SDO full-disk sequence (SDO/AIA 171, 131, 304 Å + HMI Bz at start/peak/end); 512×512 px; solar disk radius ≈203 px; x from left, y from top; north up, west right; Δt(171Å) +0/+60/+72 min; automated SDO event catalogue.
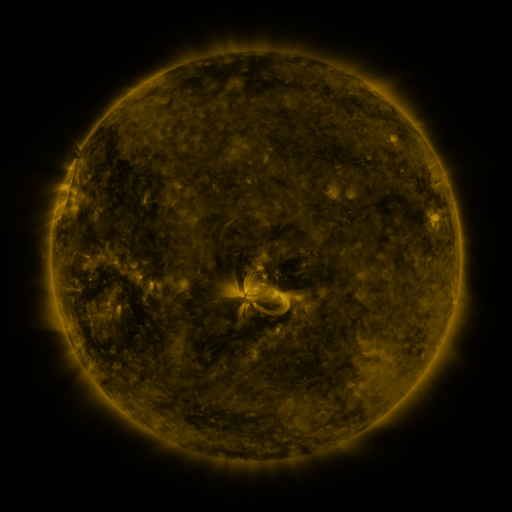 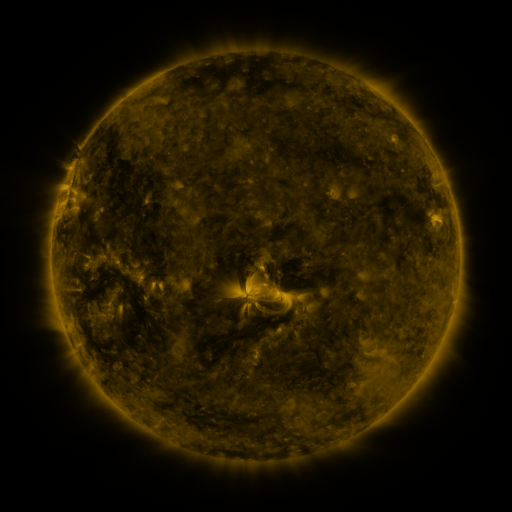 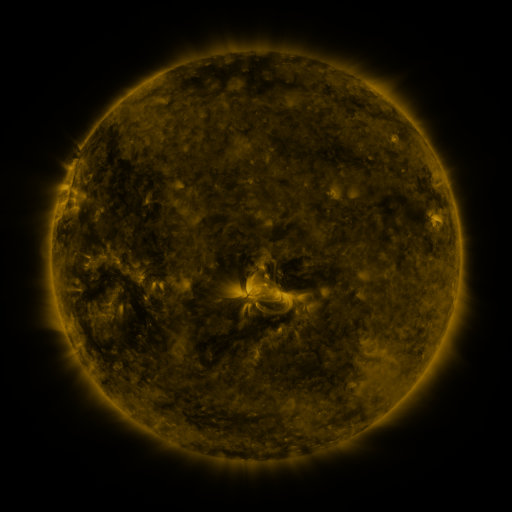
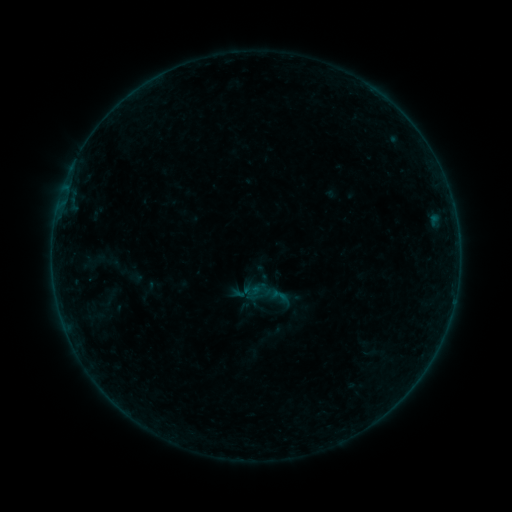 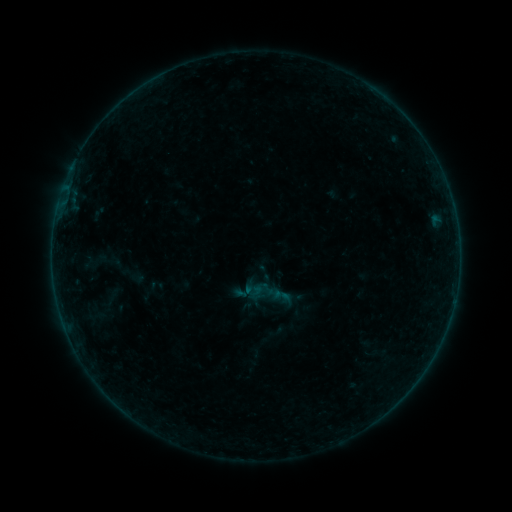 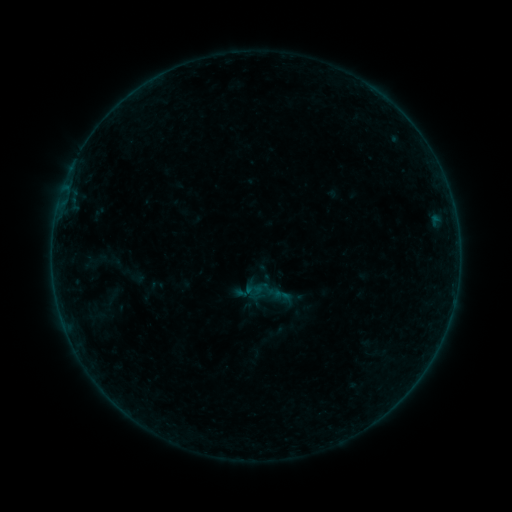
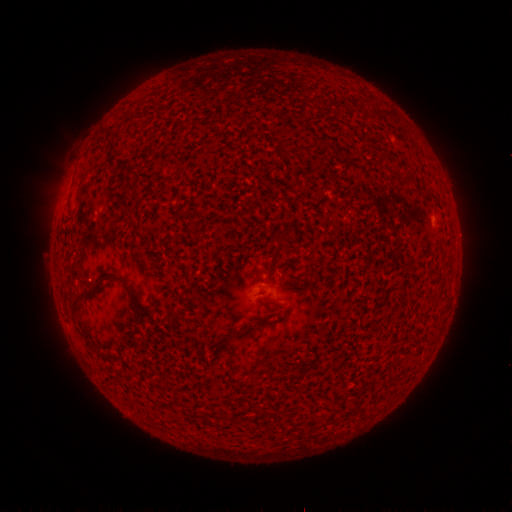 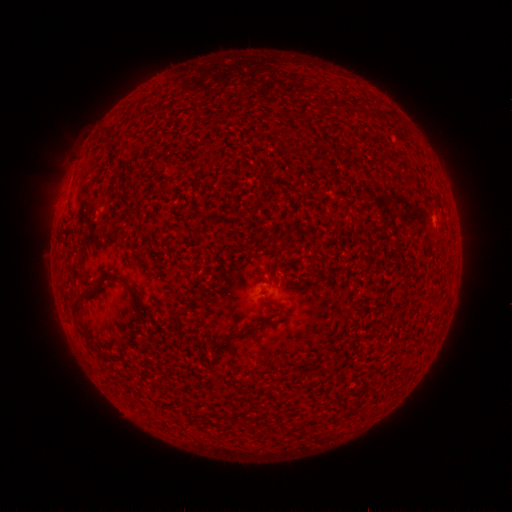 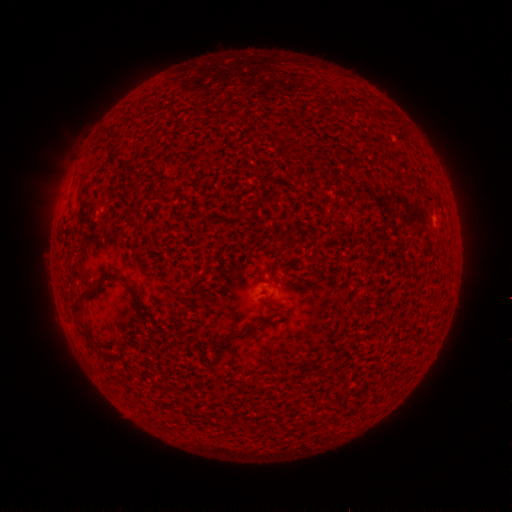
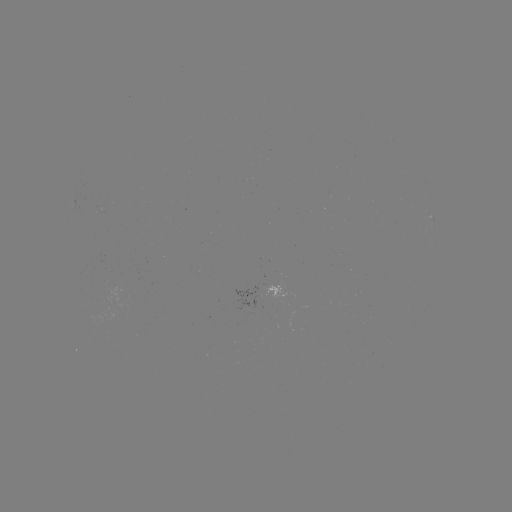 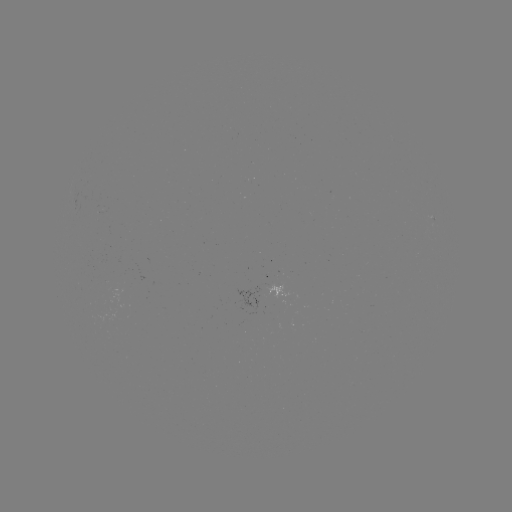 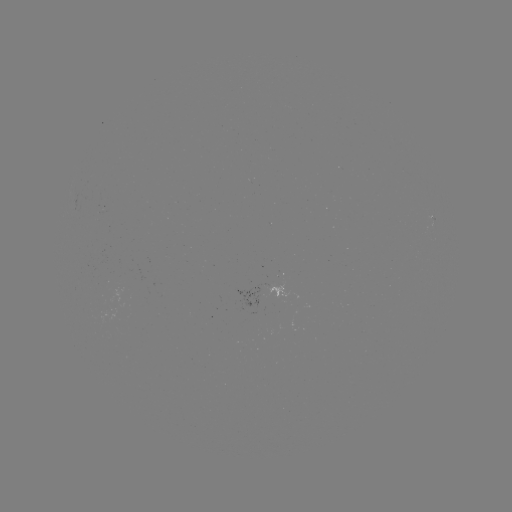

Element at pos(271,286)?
emerging-flux region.